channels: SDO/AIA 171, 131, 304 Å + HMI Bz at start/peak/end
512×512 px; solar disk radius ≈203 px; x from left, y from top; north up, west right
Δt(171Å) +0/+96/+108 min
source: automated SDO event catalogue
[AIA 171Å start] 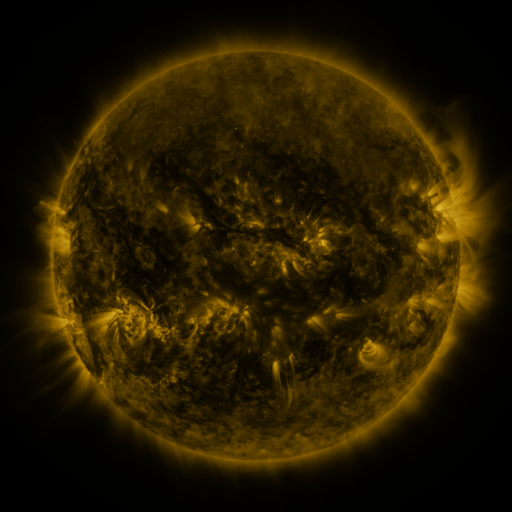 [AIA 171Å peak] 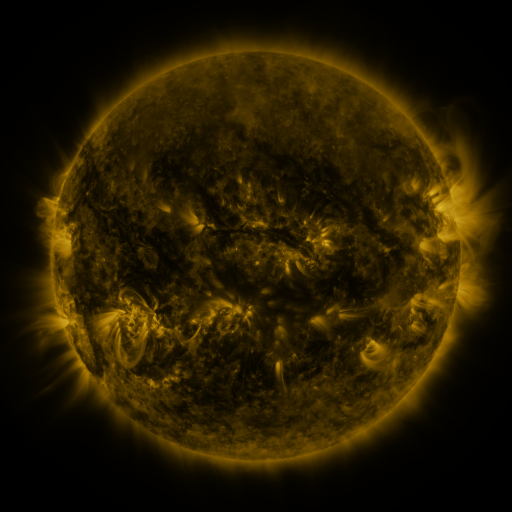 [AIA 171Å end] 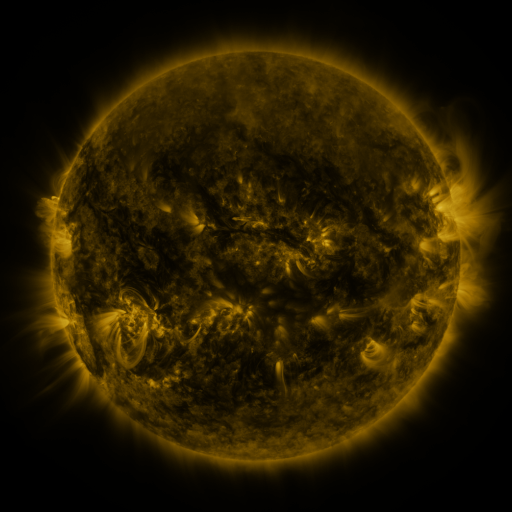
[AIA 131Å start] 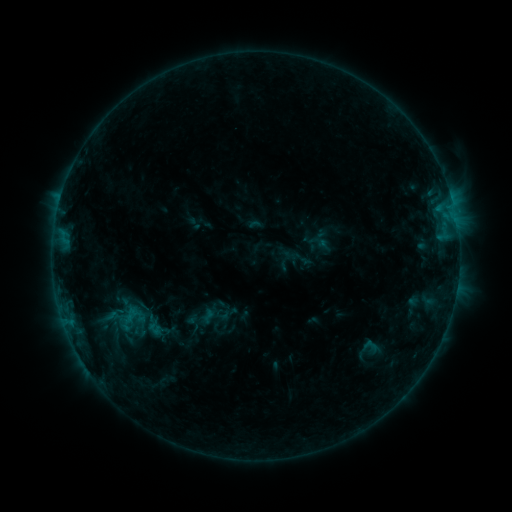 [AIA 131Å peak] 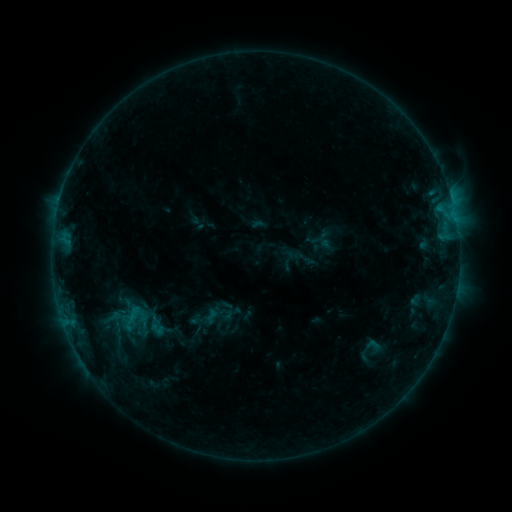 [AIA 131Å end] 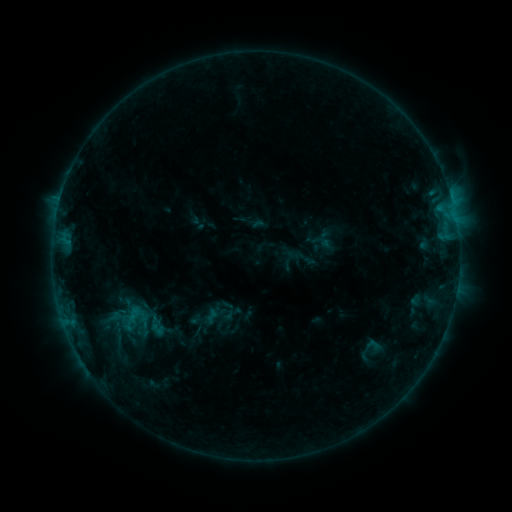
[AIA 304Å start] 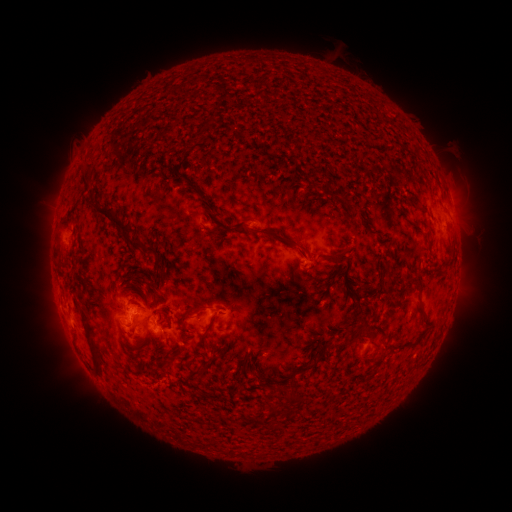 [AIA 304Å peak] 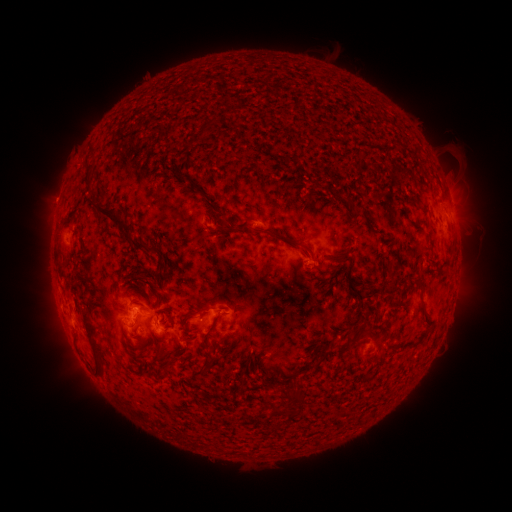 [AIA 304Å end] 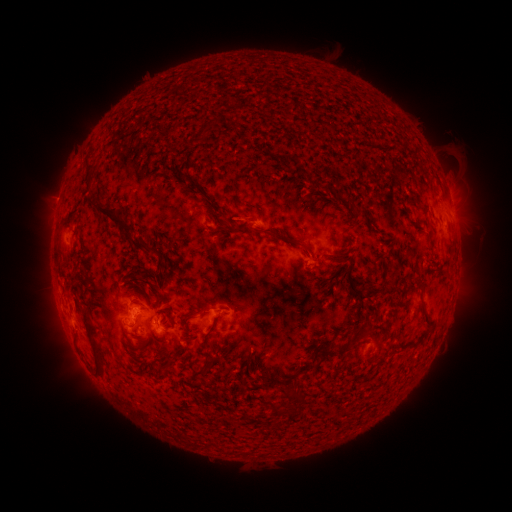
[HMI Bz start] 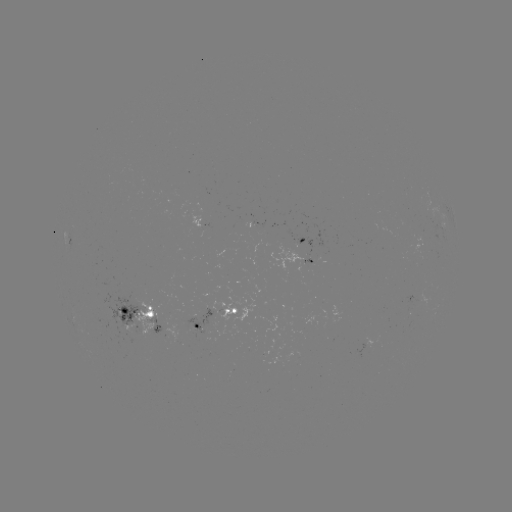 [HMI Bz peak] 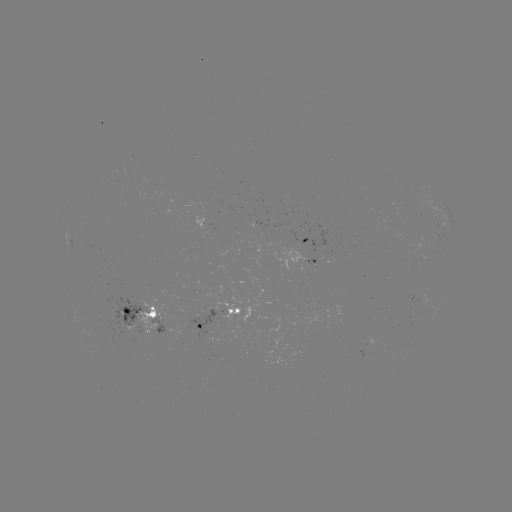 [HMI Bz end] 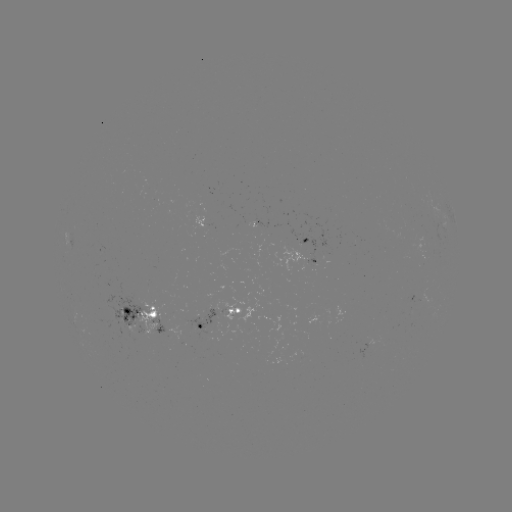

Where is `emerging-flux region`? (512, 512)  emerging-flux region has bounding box [189, 309, 216, 335].